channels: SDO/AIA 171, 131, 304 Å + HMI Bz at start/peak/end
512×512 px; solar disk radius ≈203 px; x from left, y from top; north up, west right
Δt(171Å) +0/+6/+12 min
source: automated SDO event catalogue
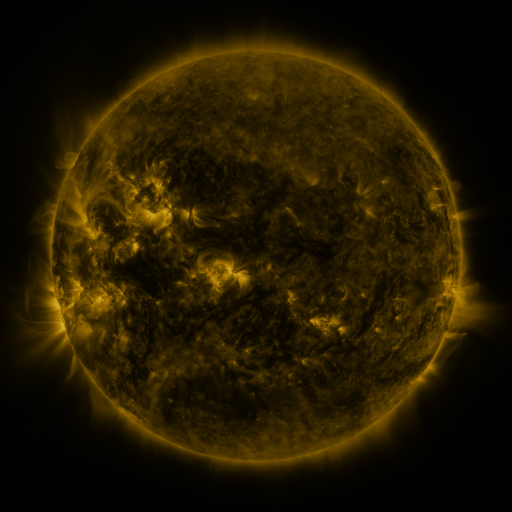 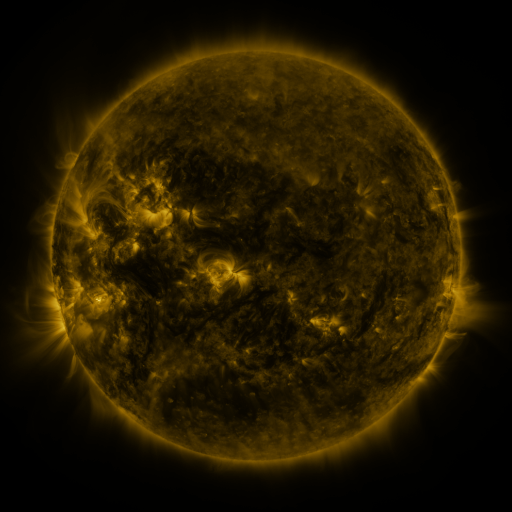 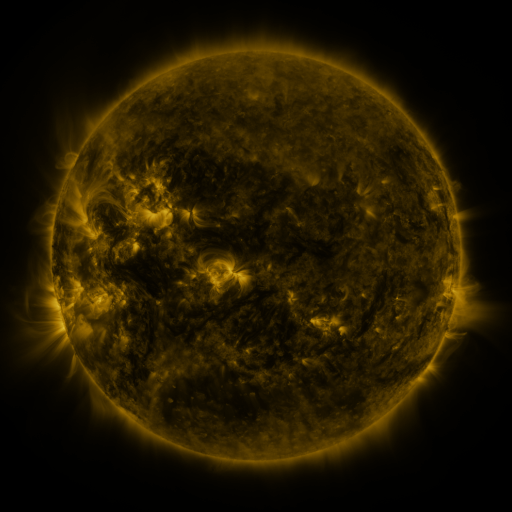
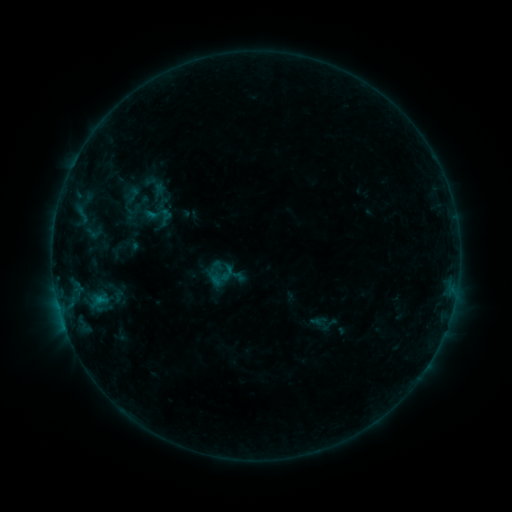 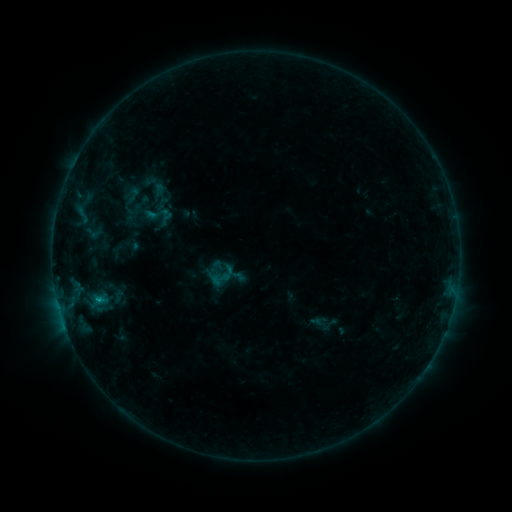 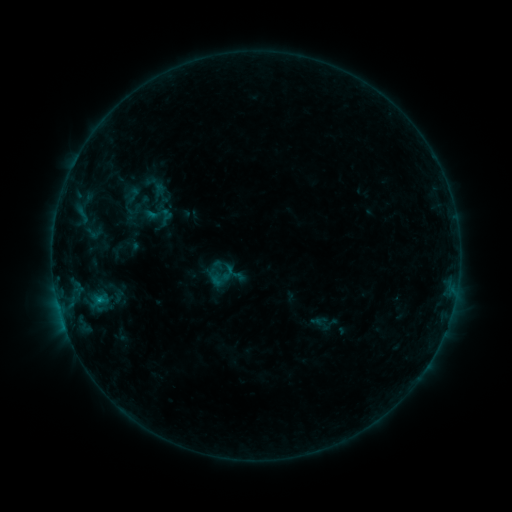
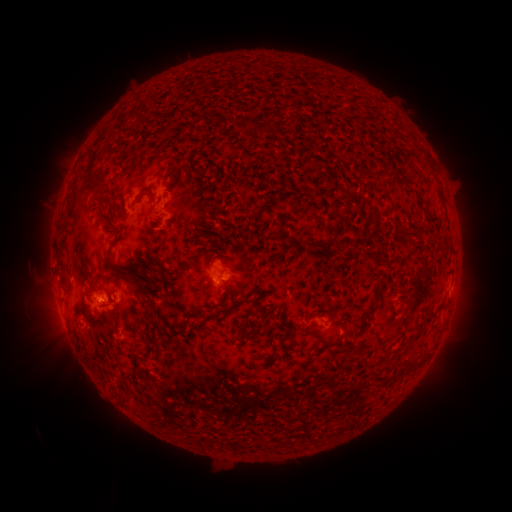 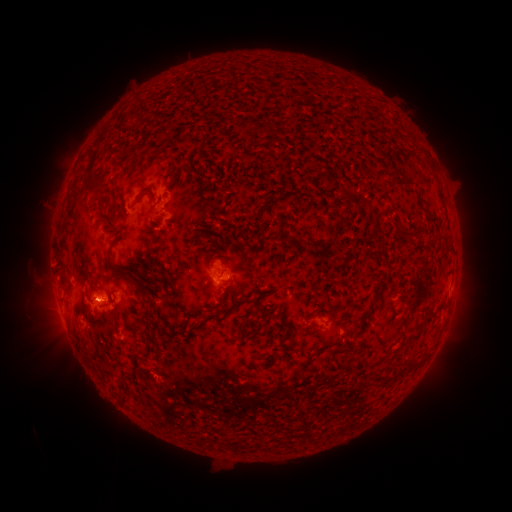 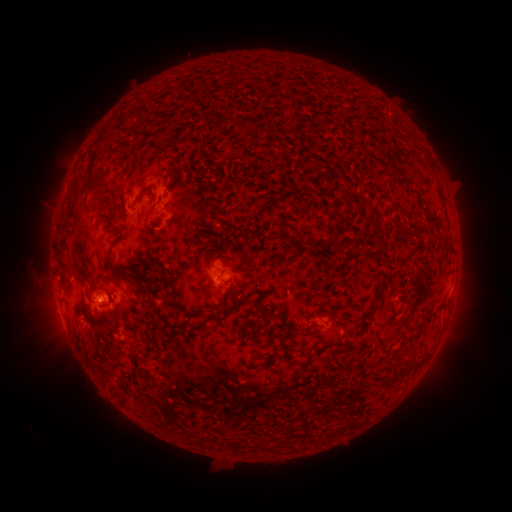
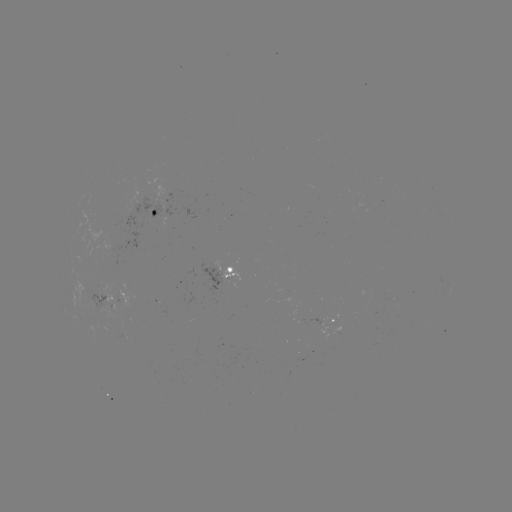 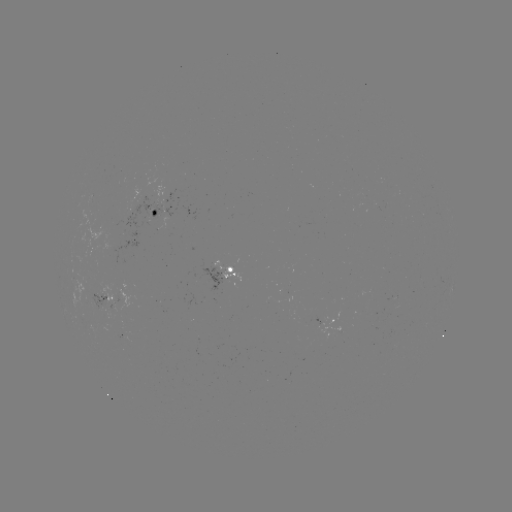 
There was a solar flare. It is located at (98, 297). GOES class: B4.3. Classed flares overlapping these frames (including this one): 1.